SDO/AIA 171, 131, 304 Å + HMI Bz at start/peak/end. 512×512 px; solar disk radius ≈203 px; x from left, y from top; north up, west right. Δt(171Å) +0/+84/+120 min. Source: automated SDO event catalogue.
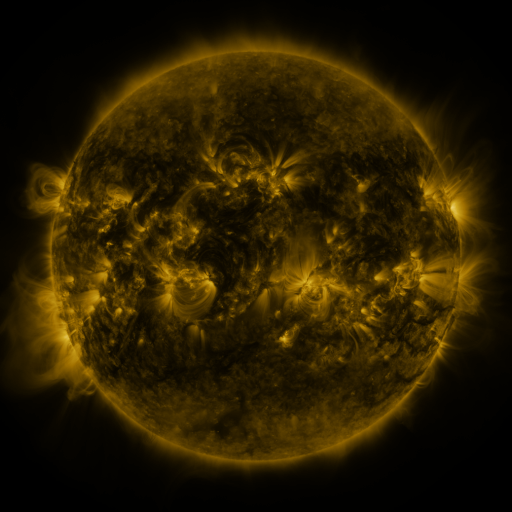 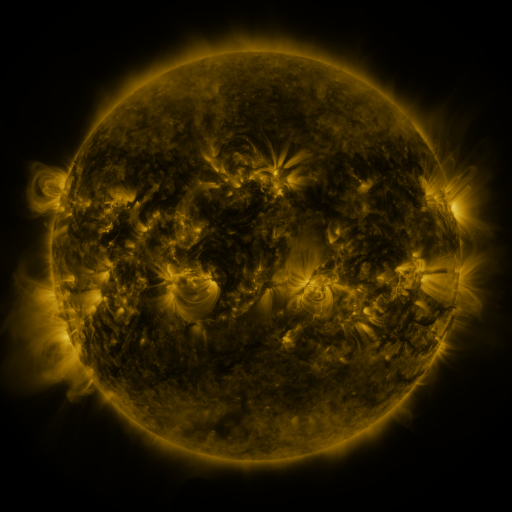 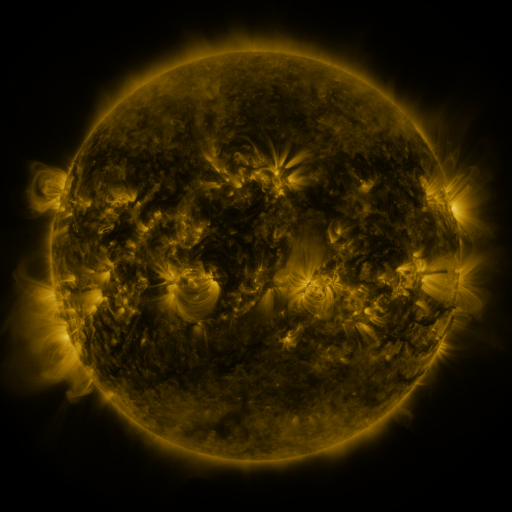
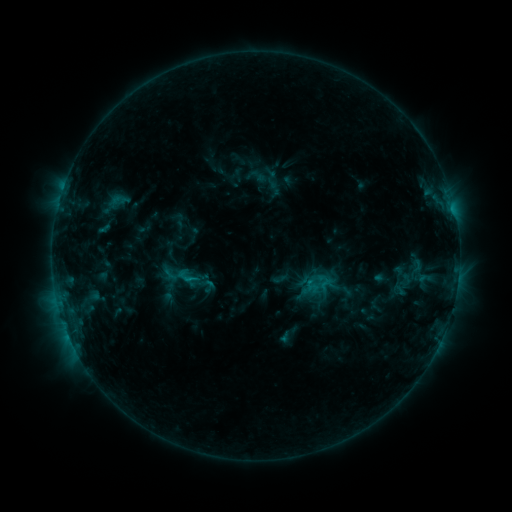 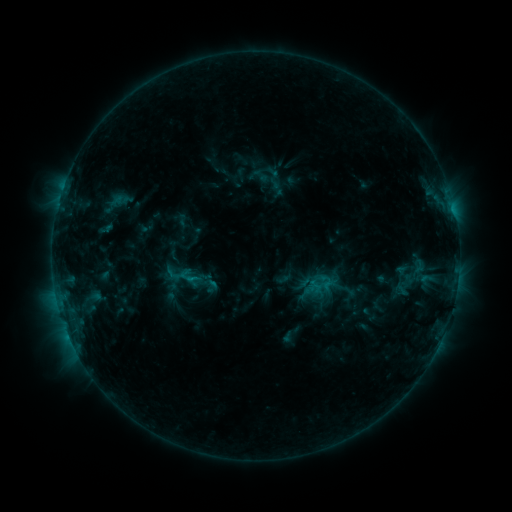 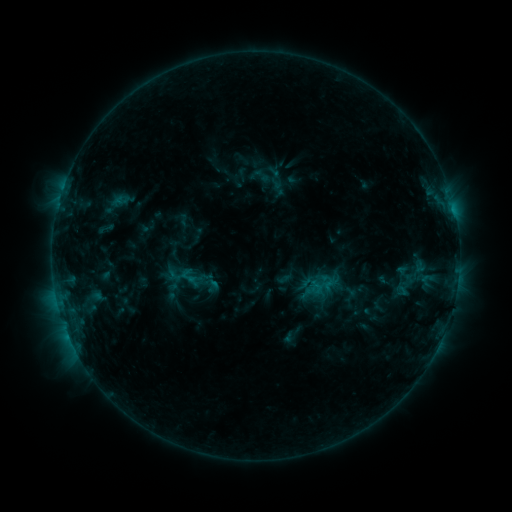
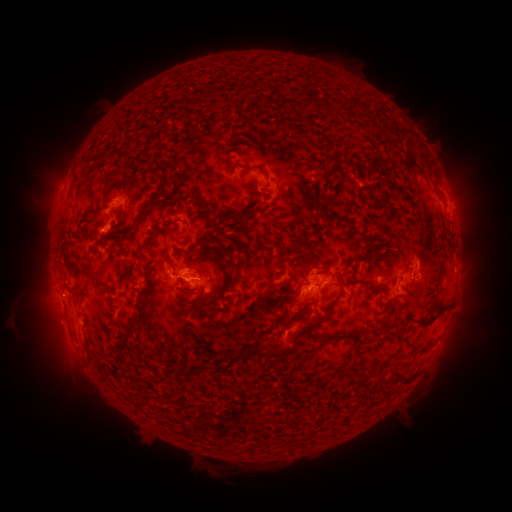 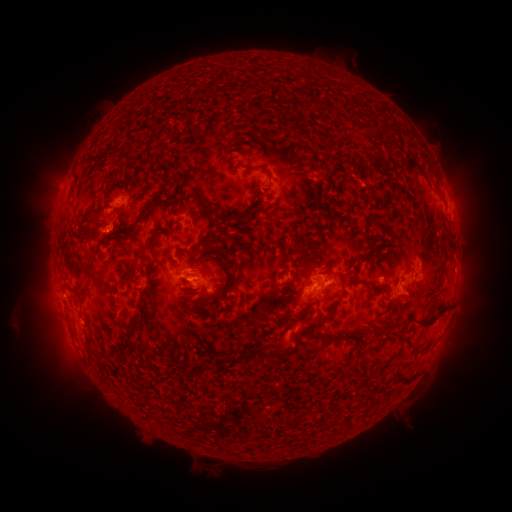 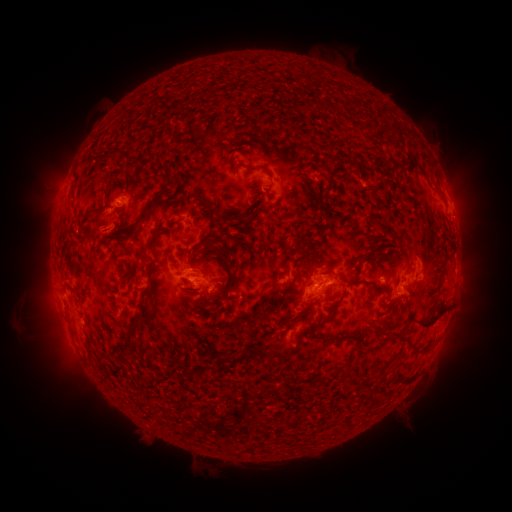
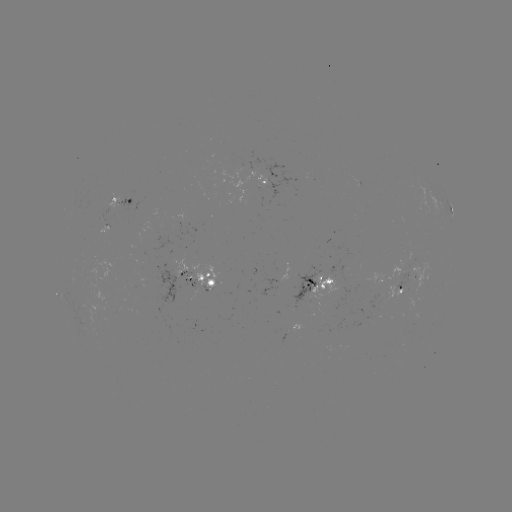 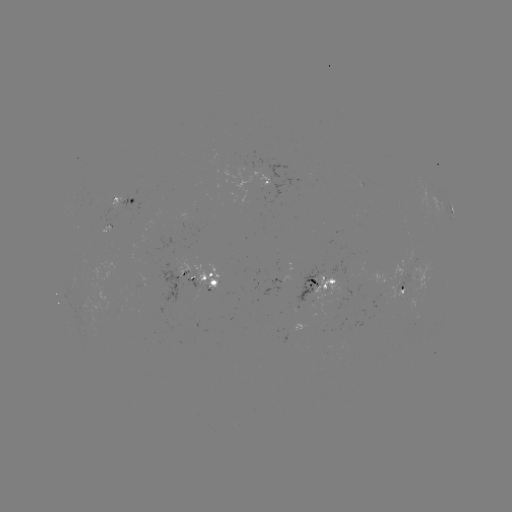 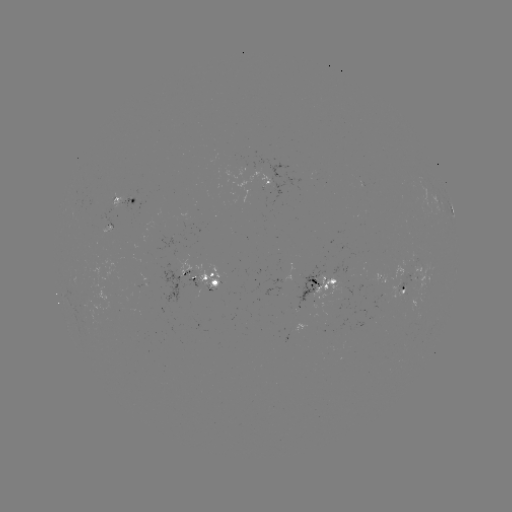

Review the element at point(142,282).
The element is emerging-flux region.